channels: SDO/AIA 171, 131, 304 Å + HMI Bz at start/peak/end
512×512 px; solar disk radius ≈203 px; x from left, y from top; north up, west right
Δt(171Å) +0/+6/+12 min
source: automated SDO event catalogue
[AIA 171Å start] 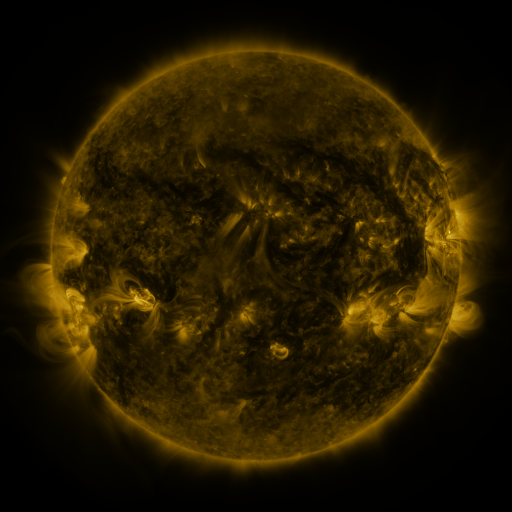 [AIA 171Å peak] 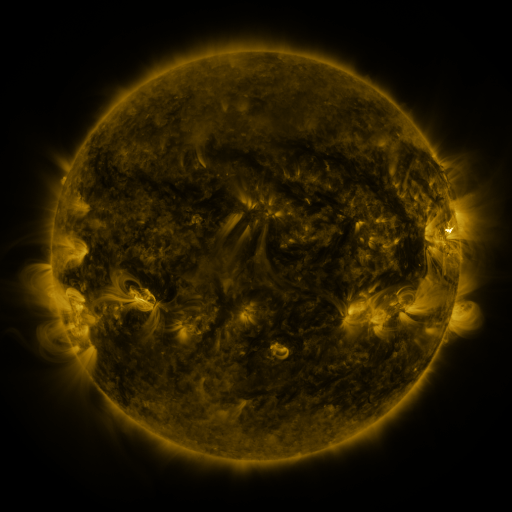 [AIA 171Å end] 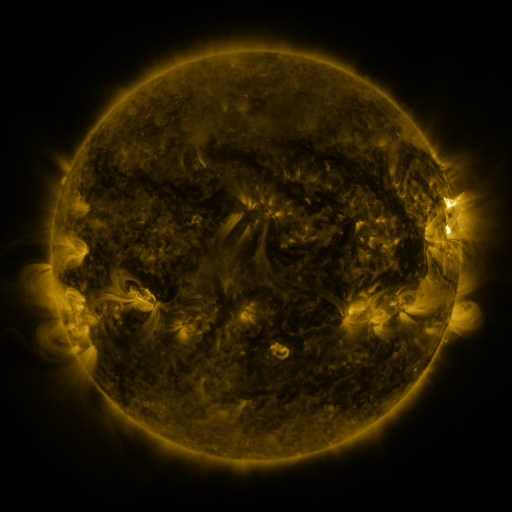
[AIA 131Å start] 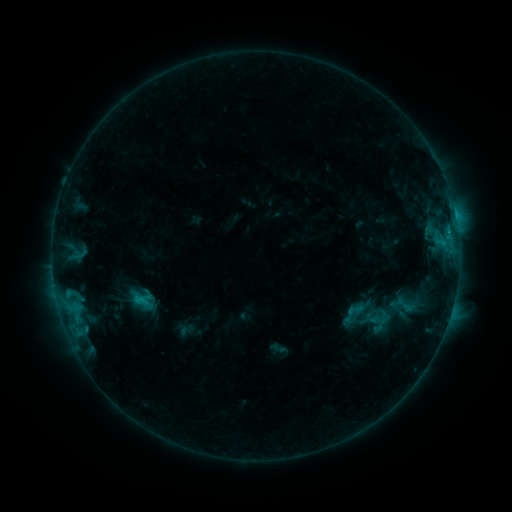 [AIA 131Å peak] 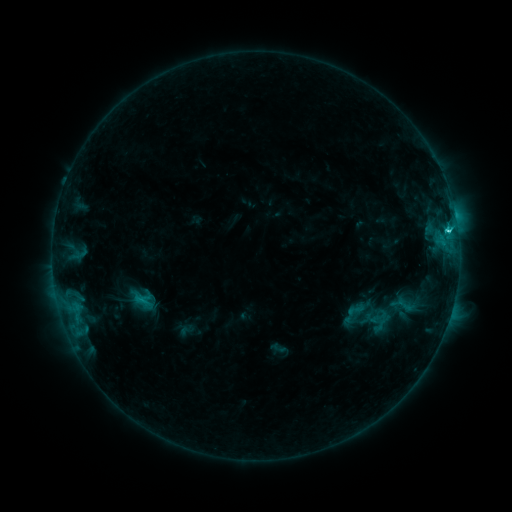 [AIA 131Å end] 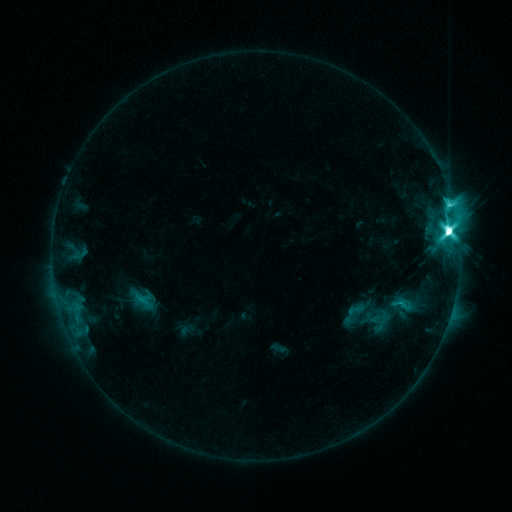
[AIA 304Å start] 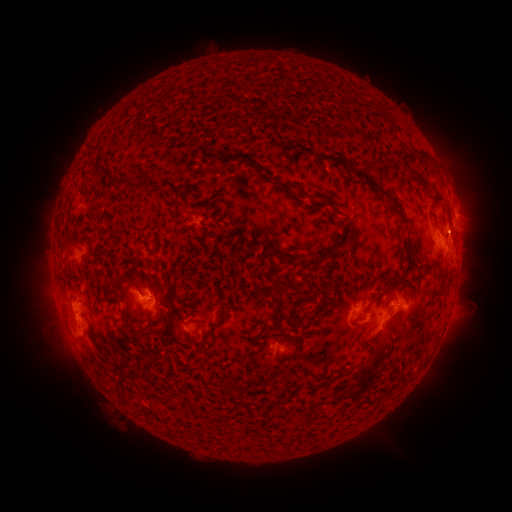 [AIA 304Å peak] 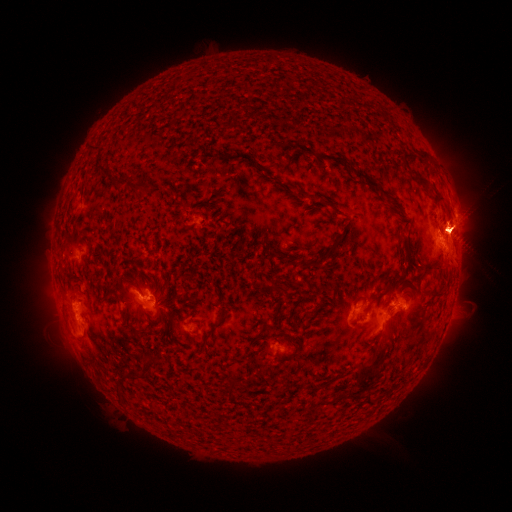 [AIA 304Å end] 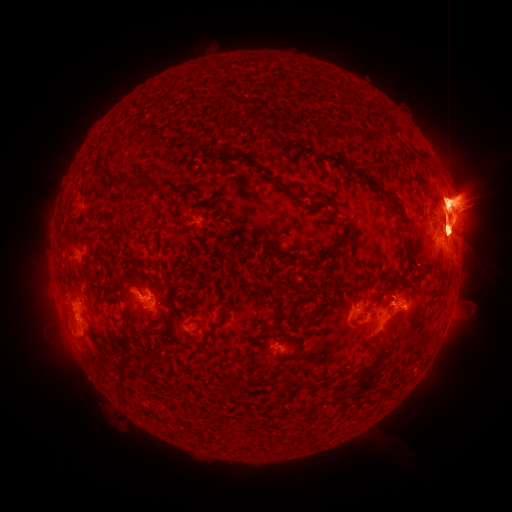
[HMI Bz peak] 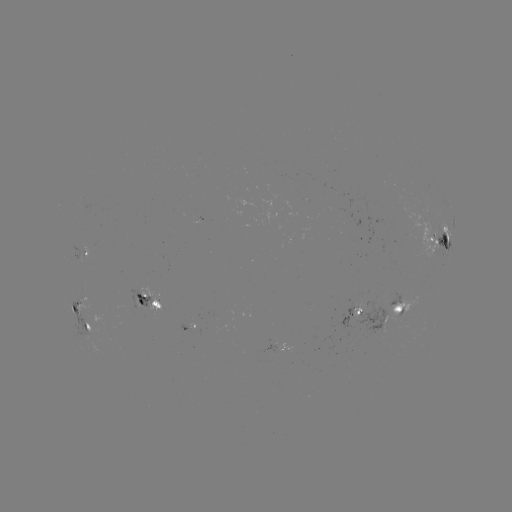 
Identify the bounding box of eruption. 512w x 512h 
[346, 98, 511, 340].